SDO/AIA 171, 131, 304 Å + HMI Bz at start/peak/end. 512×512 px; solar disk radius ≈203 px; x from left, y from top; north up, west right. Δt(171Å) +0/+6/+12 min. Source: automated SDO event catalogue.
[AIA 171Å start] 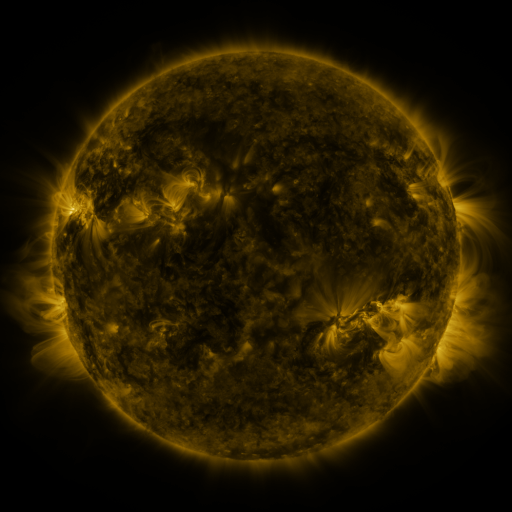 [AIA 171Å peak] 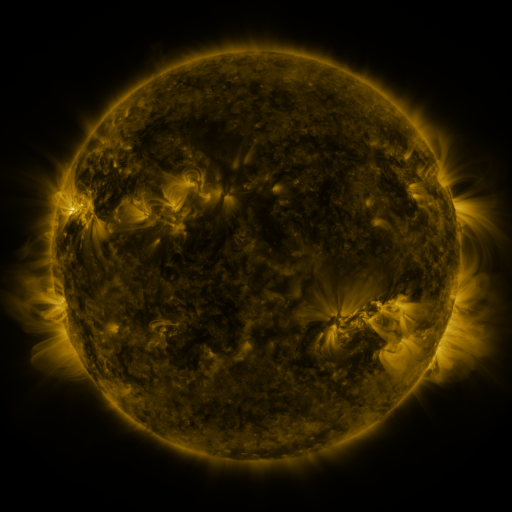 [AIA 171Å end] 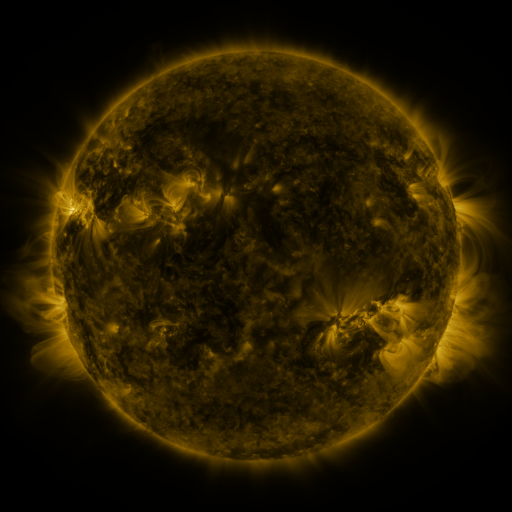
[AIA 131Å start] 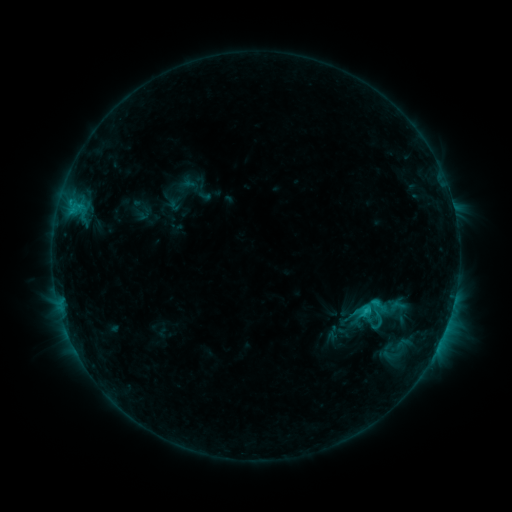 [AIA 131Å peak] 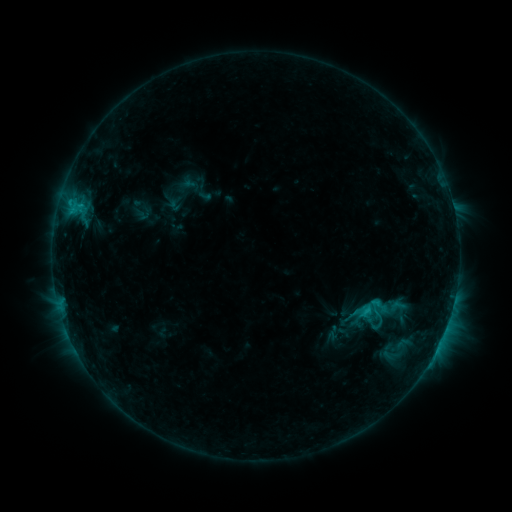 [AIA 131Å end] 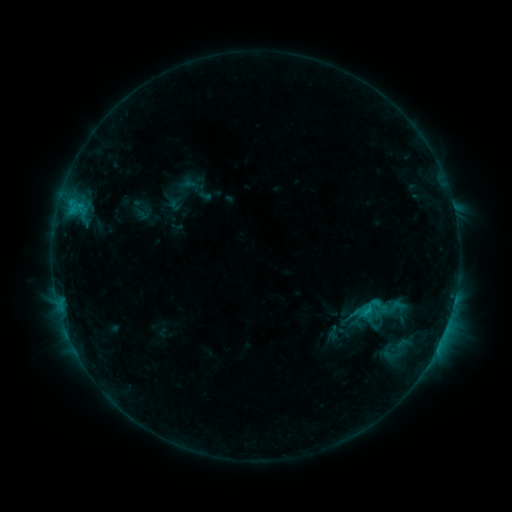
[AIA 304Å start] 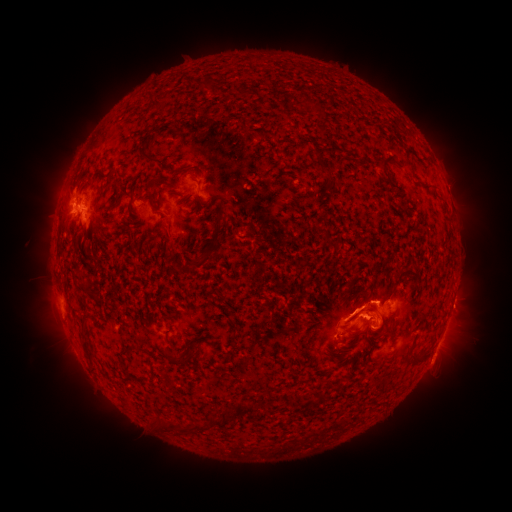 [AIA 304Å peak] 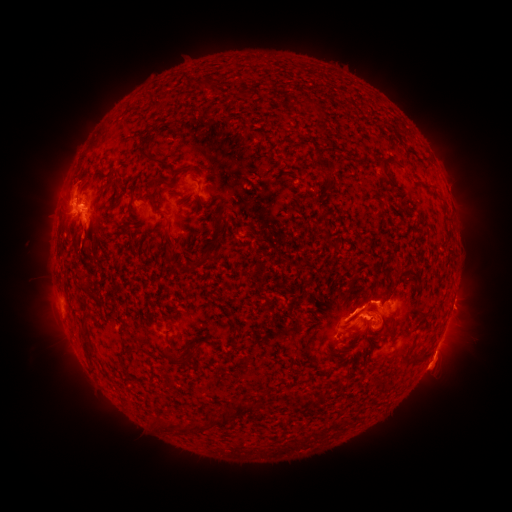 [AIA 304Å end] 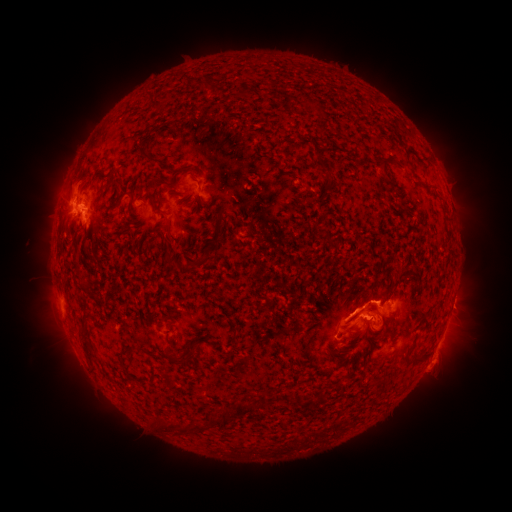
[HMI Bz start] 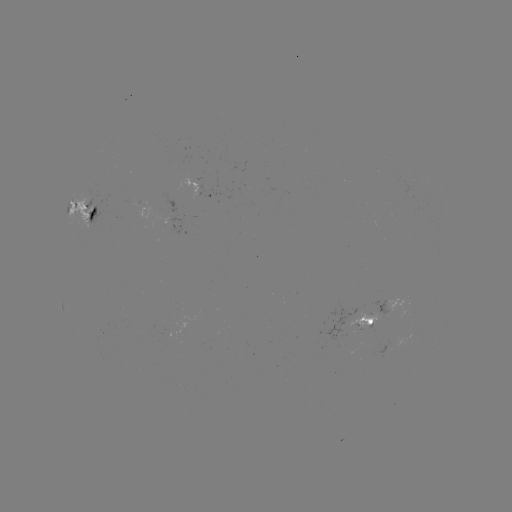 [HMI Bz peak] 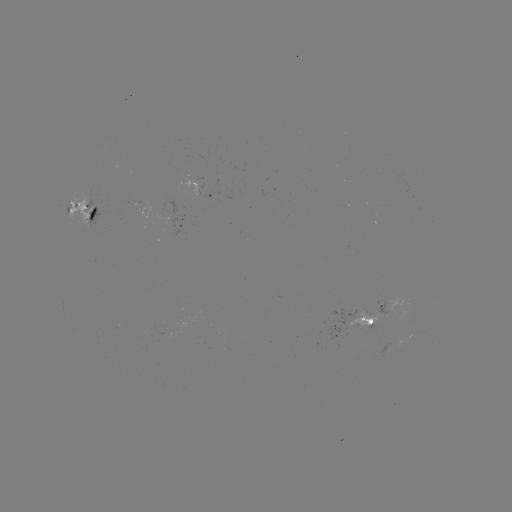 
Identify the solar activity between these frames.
eruption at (442, 366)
